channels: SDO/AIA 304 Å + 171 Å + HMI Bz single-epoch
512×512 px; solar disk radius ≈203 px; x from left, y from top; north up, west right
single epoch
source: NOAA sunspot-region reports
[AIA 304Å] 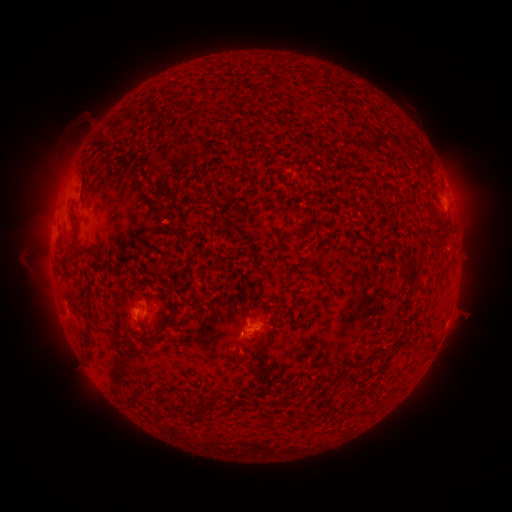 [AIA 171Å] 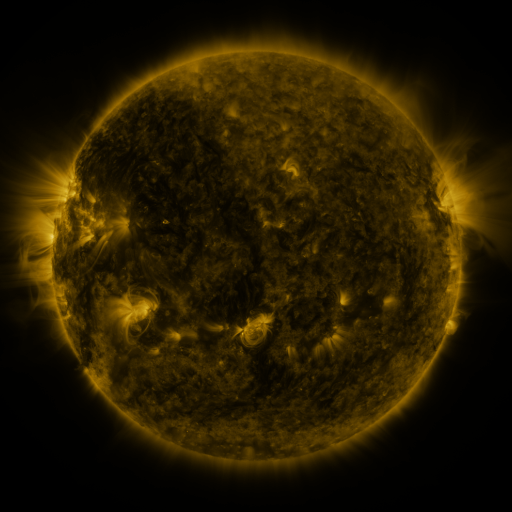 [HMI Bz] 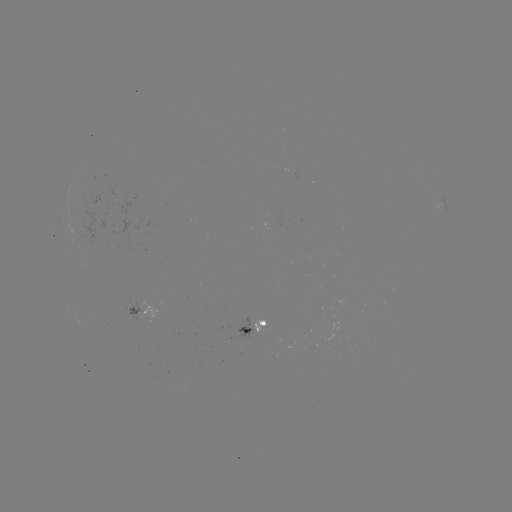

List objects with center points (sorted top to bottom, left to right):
spotted active region: (141, 310)
spotted active region: (252, 326)
